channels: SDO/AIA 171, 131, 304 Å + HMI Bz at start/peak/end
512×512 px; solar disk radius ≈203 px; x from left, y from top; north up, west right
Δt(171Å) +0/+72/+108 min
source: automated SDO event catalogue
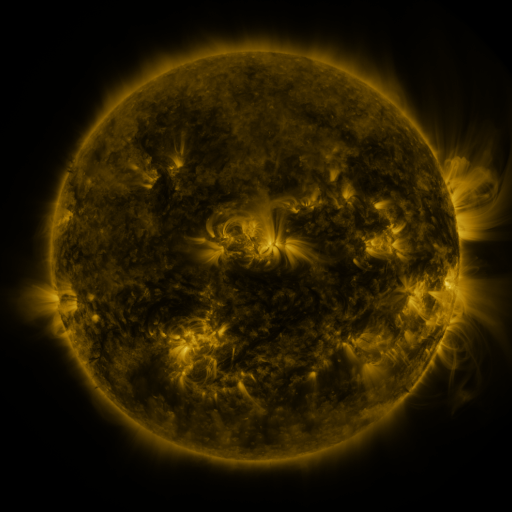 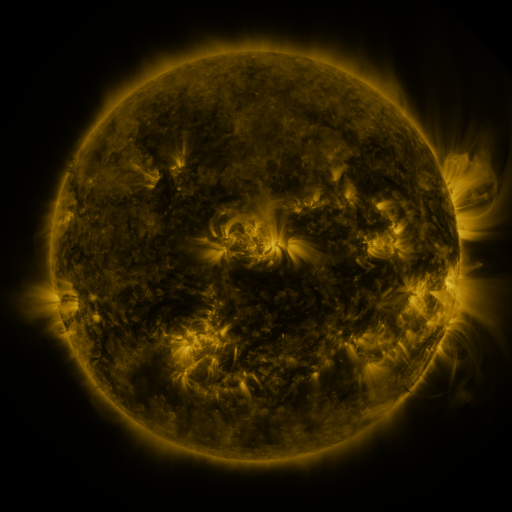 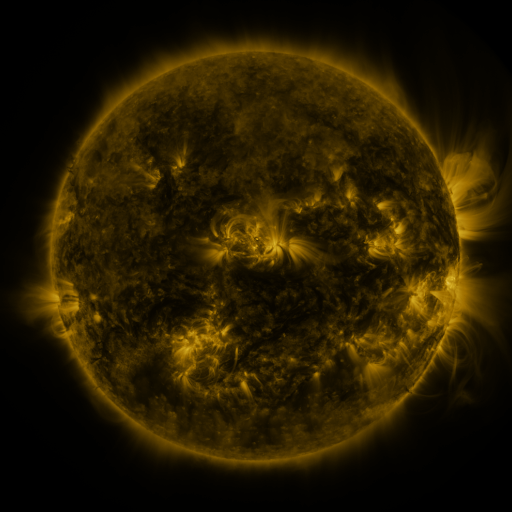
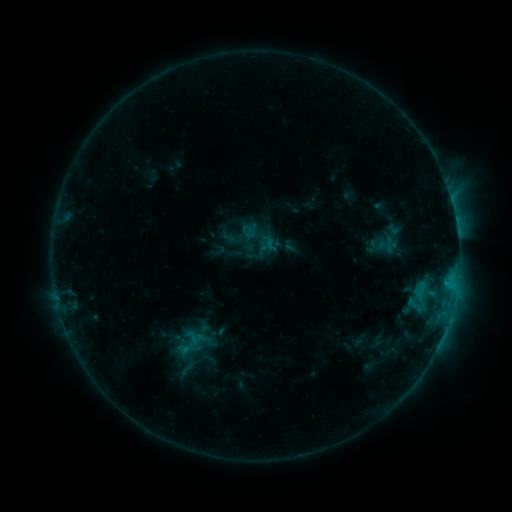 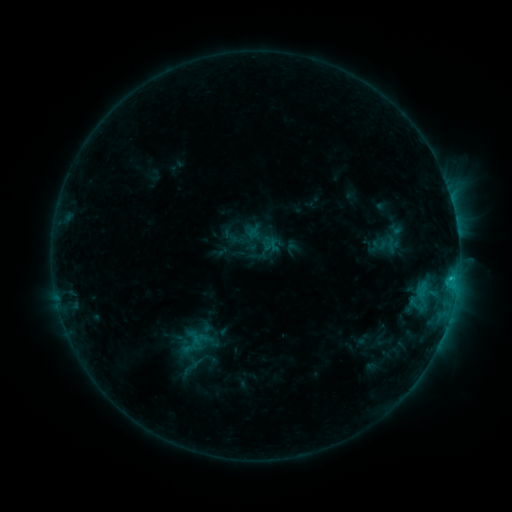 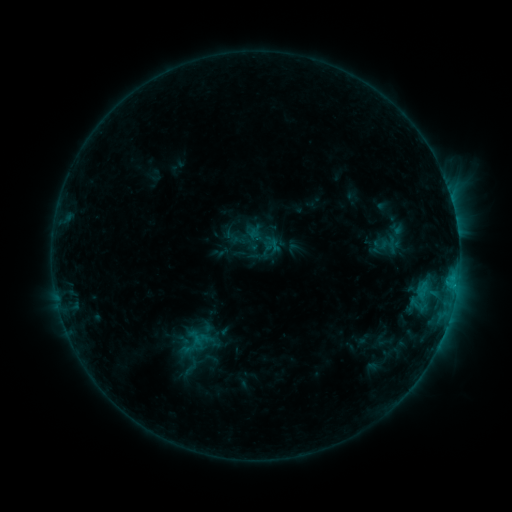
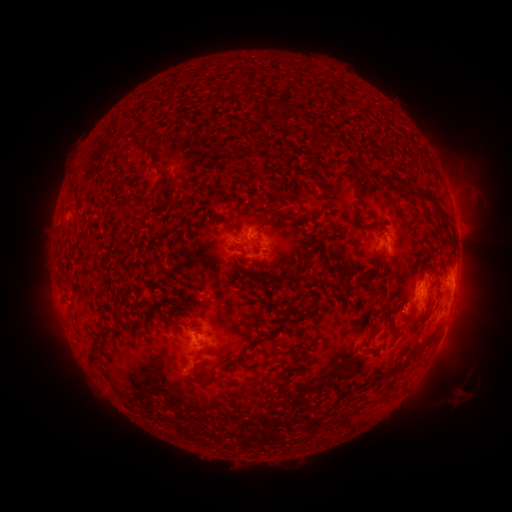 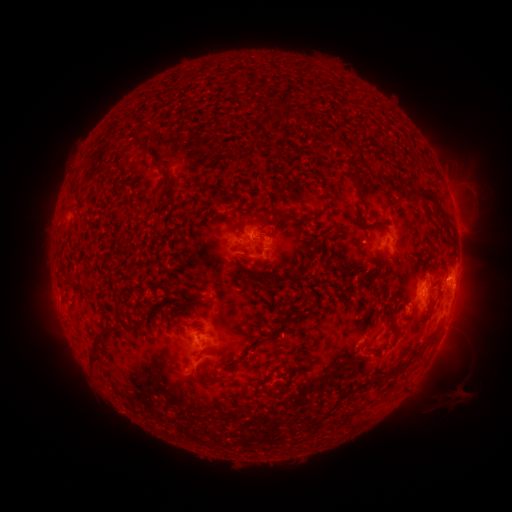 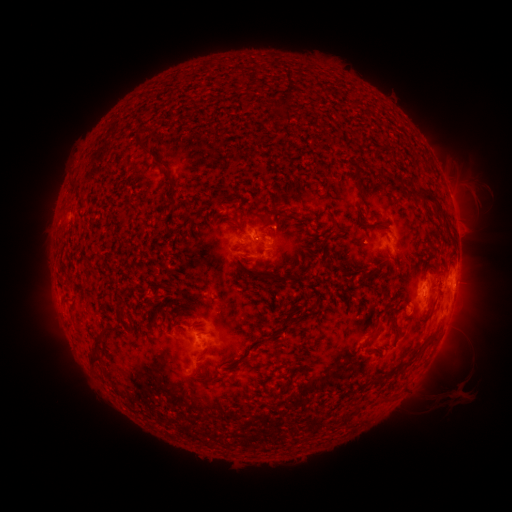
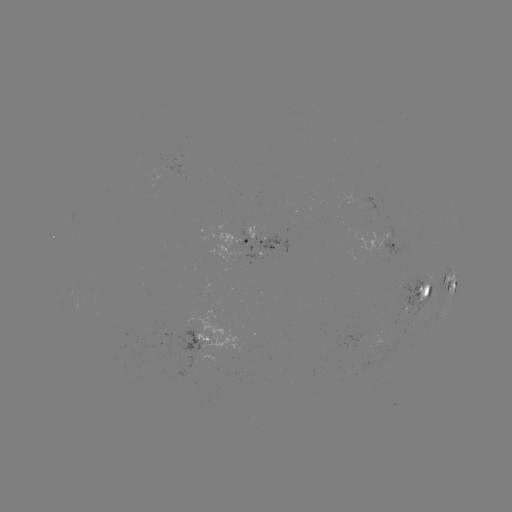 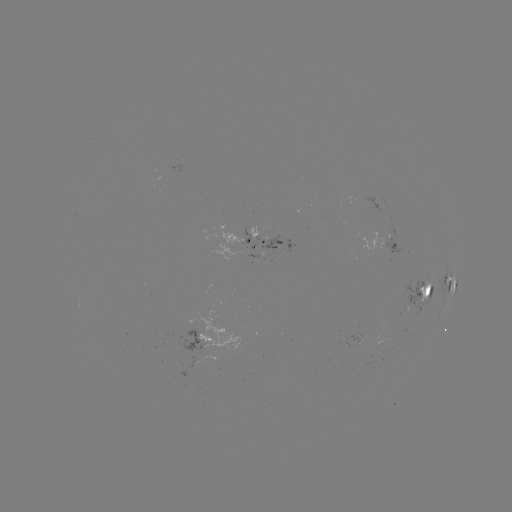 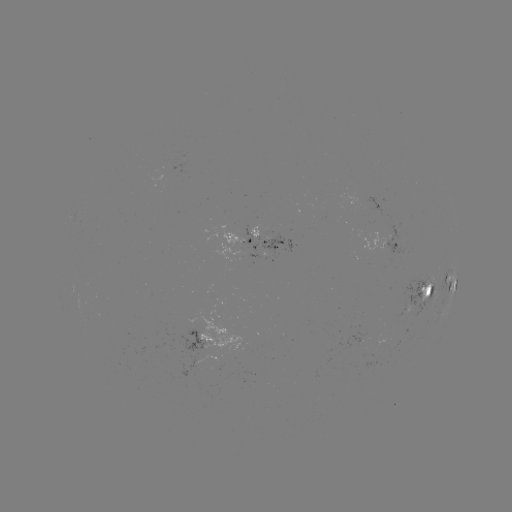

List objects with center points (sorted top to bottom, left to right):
emerging-flux region: (368, 241)
